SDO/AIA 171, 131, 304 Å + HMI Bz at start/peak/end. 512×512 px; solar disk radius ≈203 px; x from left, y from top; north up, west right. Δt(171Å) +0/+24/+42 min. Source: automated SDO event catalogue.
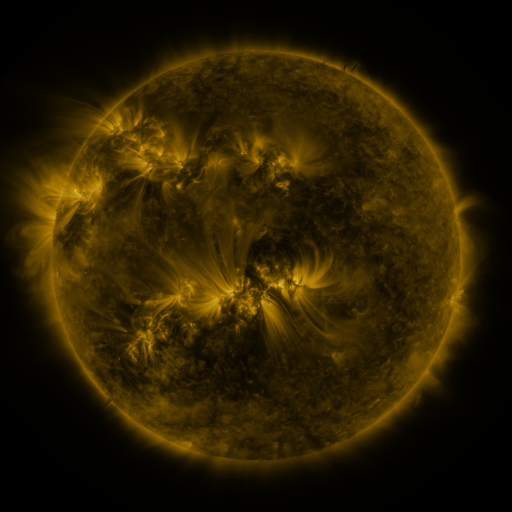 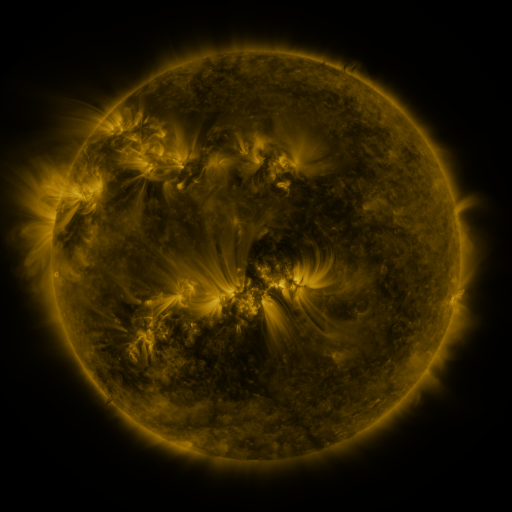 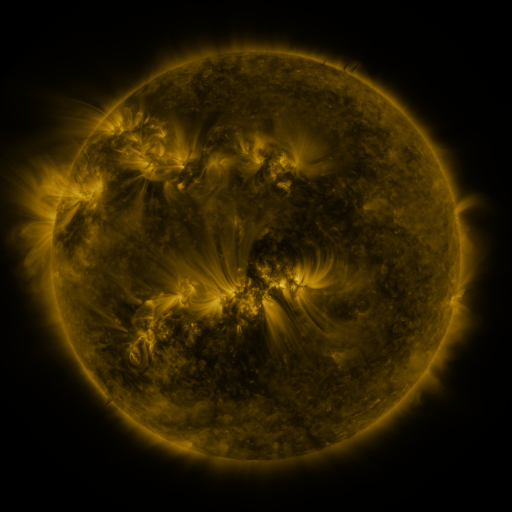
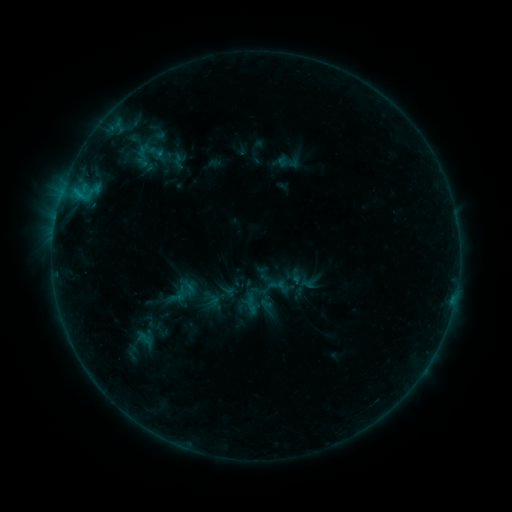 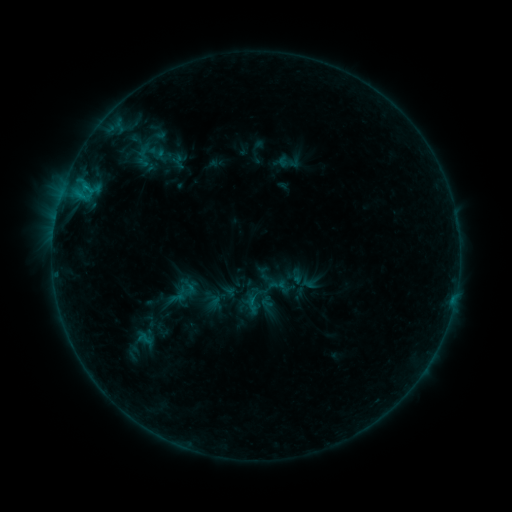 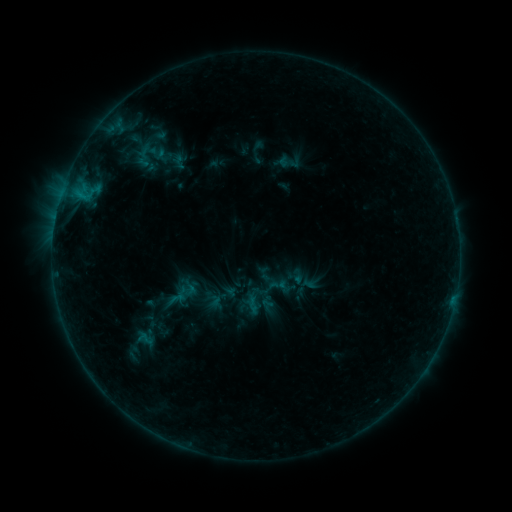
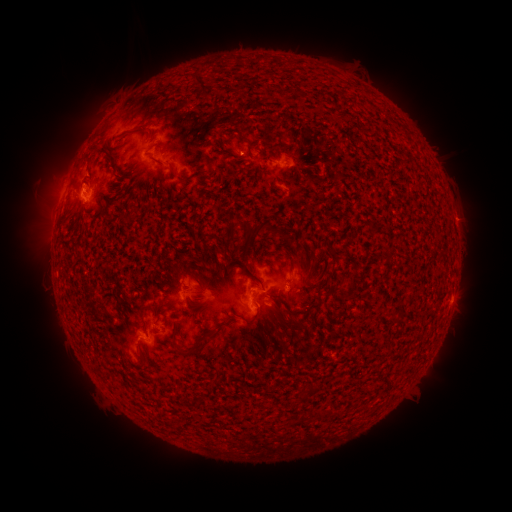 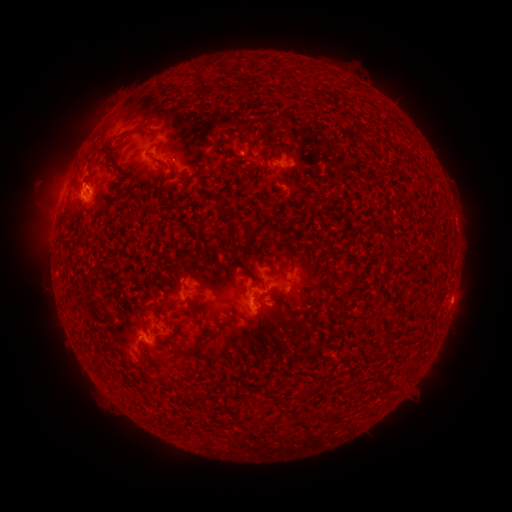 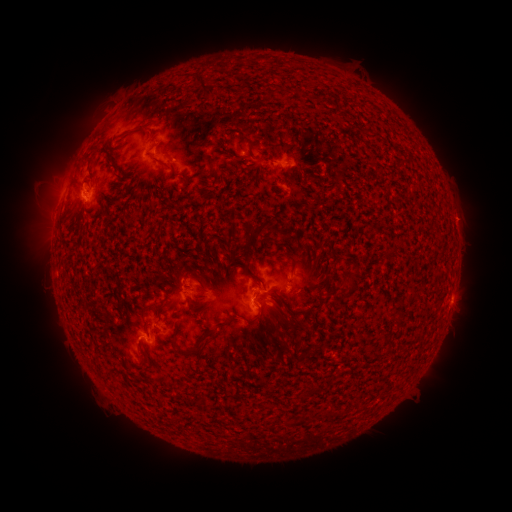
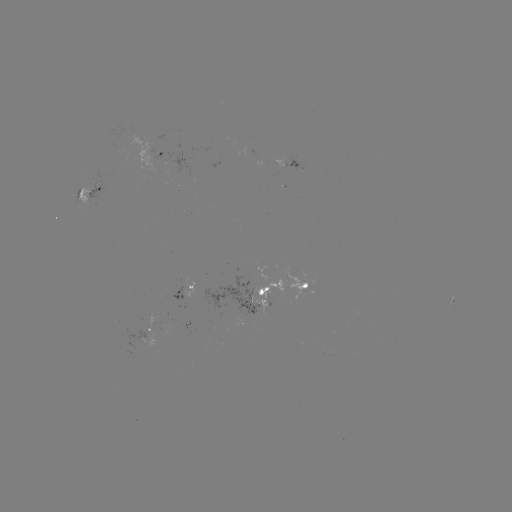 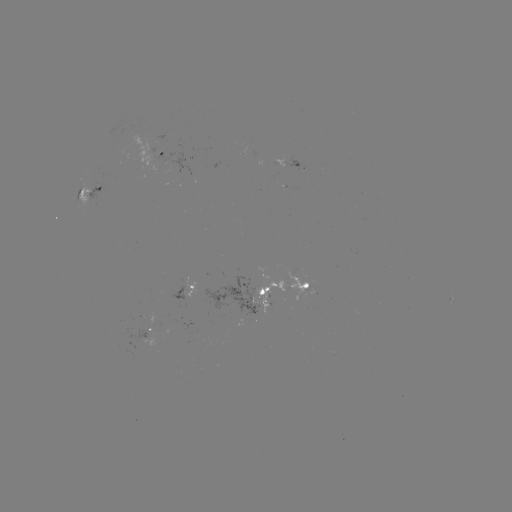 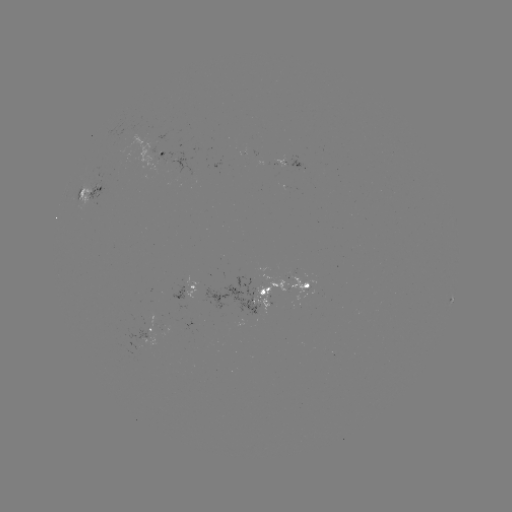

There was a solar flare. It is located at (84, 186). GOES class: B7.7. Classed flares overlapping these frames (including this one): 1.